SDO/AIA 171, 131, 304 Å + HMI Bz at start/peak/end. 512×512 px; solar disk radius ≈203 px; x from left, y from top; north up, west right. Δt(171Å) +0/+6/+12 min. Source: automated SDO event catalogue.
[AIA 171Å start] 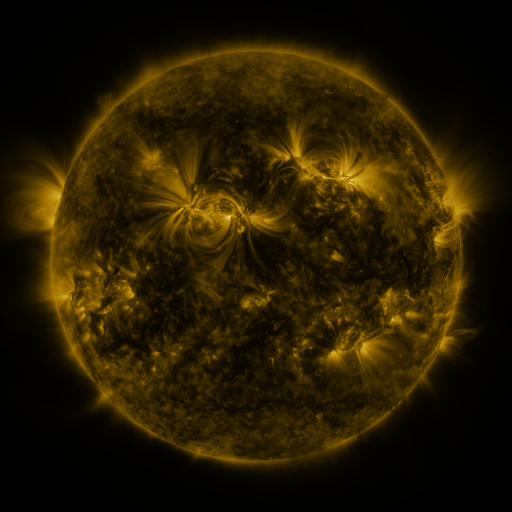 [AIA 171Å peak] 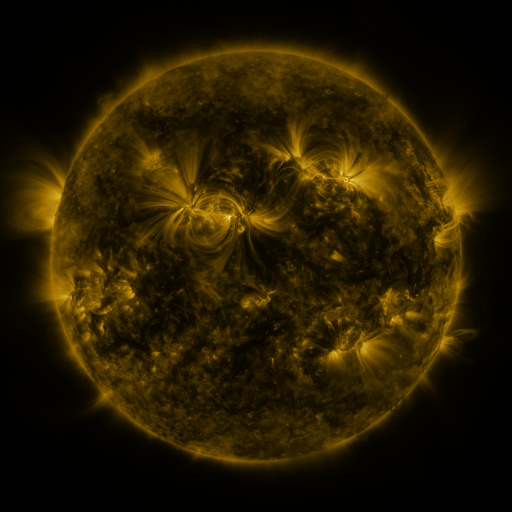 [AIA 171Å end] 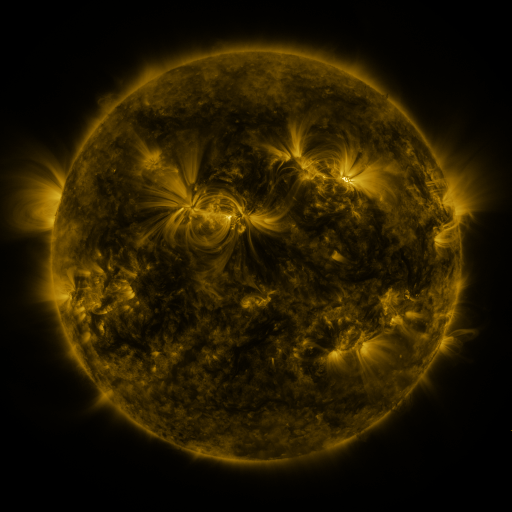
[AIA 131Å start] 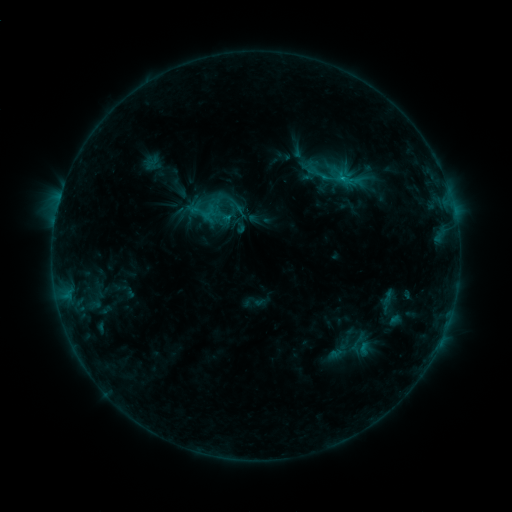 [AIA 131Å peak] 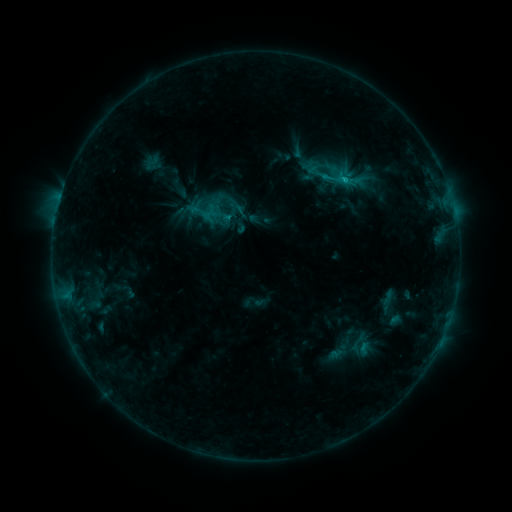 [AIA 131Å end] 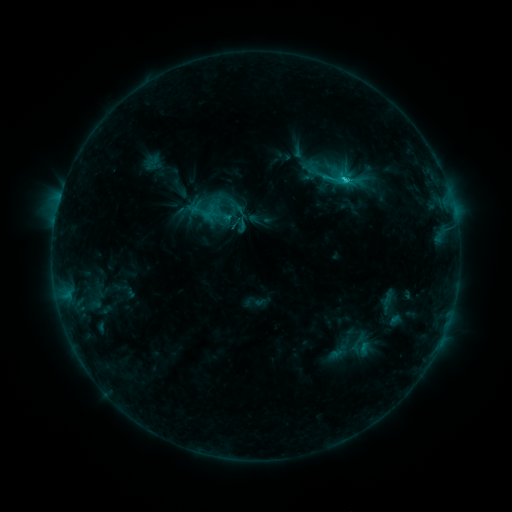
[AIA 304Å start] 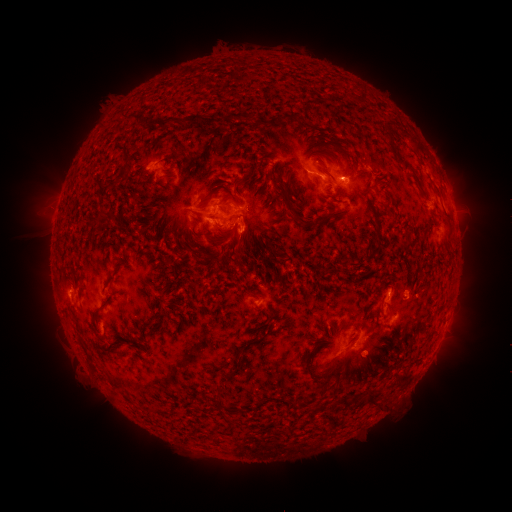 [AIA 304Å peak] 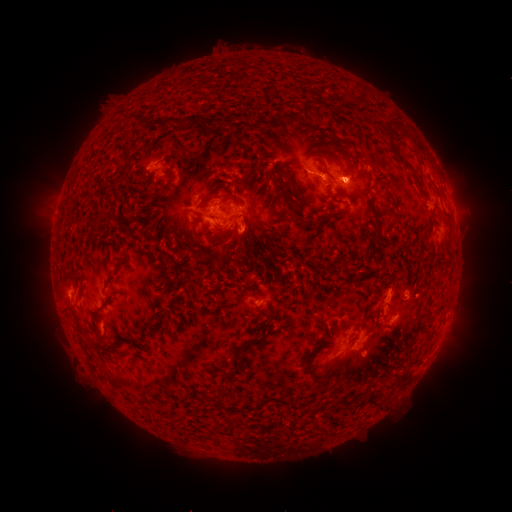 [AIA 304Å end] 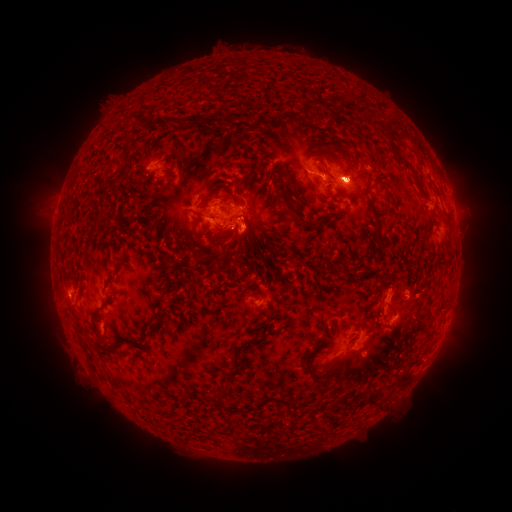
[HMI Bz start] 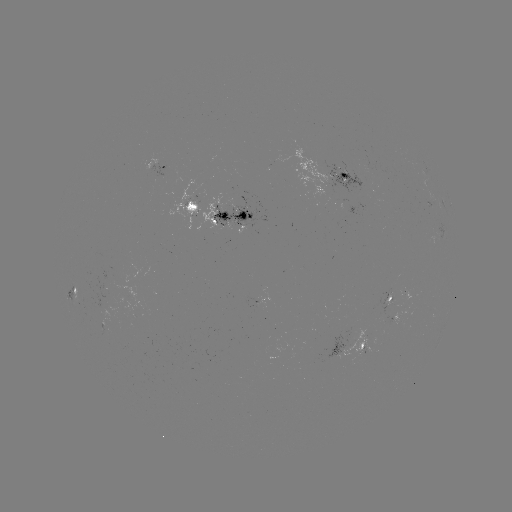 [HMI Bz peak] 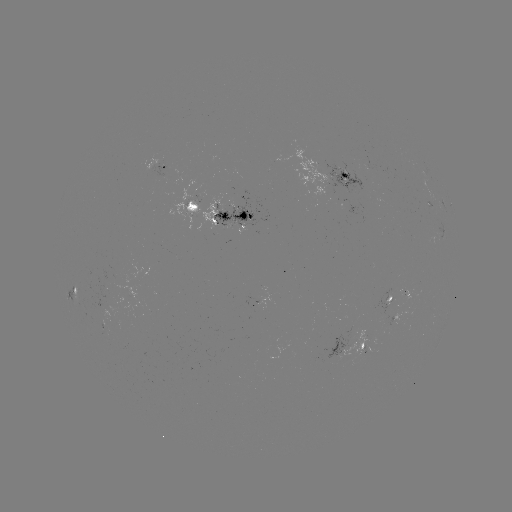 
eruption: (420, 134, 486, 256)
